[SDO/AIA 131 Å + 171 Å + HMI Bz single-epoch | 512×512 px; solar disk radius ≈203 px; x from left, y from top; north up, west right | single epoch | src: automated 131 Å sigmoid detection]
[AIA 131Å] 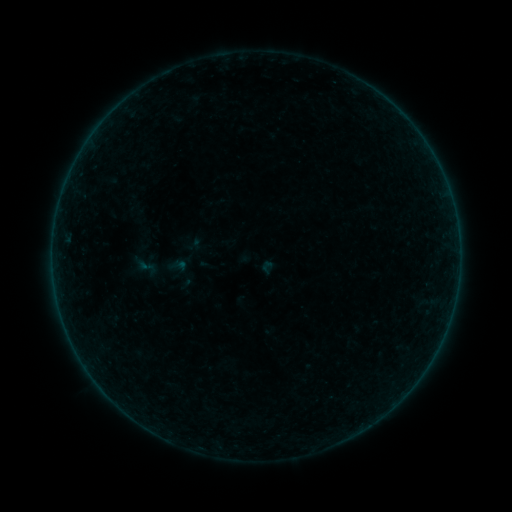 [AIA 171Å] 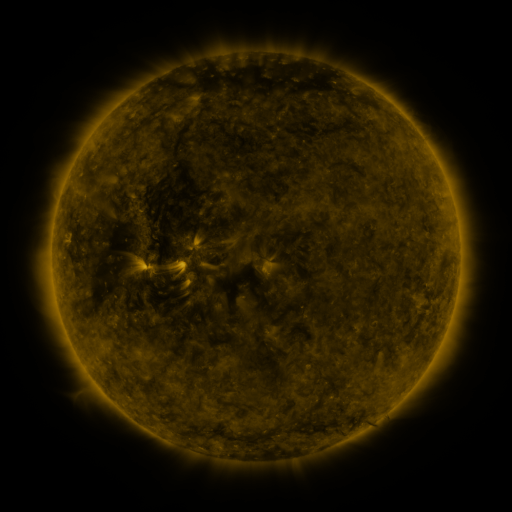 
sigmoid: <bbox>137, 256, 156, 277</bbox>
